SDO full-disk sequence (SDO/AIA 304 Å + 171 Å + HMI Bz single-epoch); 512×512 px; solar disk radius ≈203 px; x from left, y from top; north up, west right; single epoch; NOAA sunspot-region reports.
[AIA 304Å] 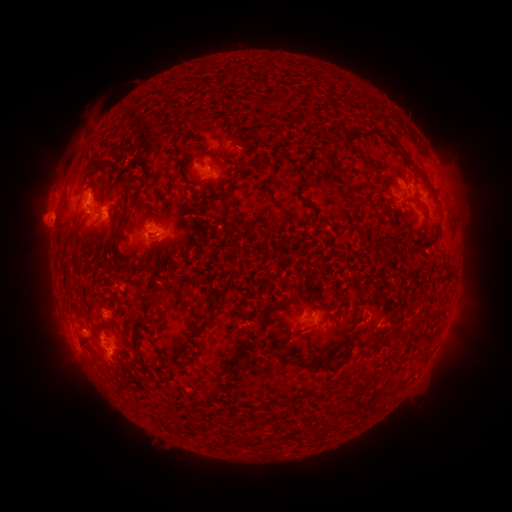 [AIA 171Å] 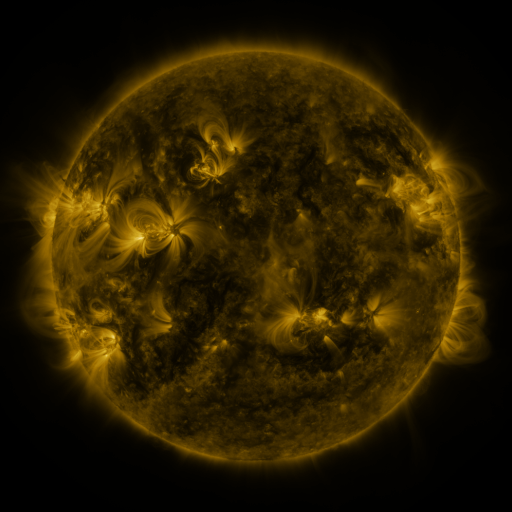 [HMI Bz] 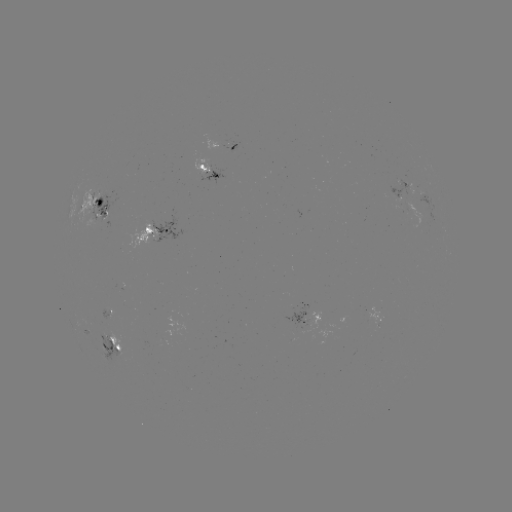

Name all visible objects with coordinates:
spotted active region: (225, 145)
spotted active region: (207, 164)
spotted active region: (422, 191)
spotted active region: (102, 200)
spotted active region: (415, 211)
spotted active region: (160, 229)
spotted active region: (112, 312)
spotted active region: (375, 321)
spotted active region: (314, 326)
spotted active region: (116, 342)
